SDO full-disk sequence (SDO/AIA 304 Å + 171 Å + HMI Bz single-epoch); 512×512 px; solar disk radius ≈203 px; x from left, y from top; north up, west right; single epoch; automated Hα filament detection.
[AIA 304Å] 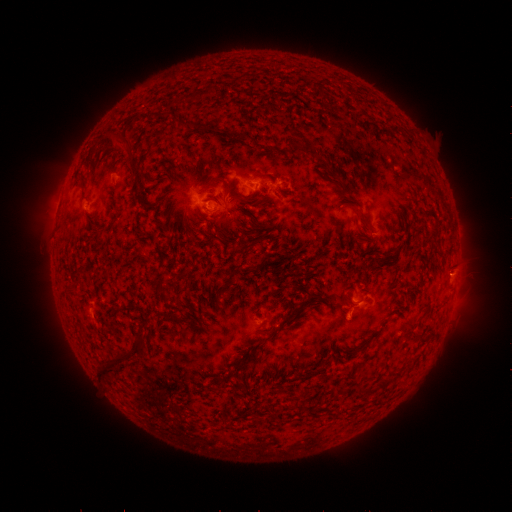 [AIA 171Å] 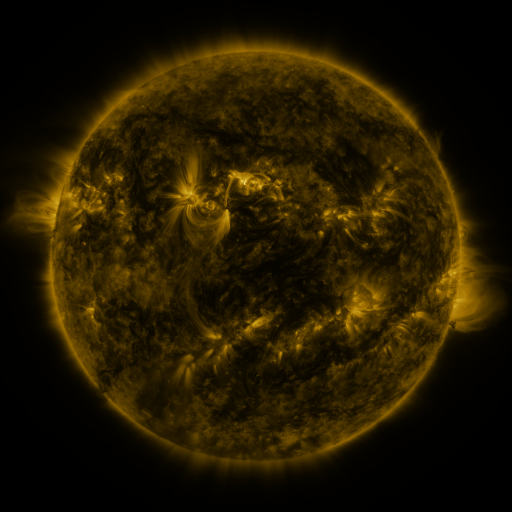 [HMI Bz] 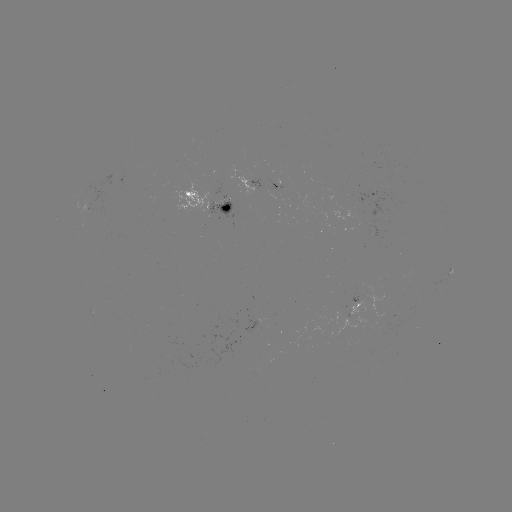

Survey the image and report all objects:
filament: (206, 91)
filament: (185, 123)
filament: (125, 143)
filament: (222, 179)
filament: (344, 193)
filament: (239, 197)
filament: (366, 219)
filament: (158, 286)
filament: (367, 300)
filament: (164, 313)
filament: (131, 355)
filament: (107, 369)
filament: (384, 382)
